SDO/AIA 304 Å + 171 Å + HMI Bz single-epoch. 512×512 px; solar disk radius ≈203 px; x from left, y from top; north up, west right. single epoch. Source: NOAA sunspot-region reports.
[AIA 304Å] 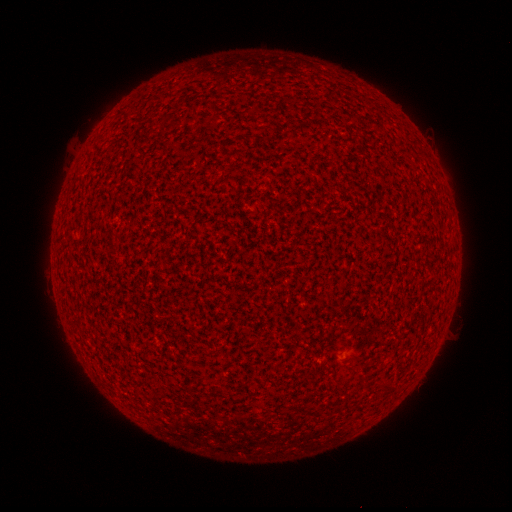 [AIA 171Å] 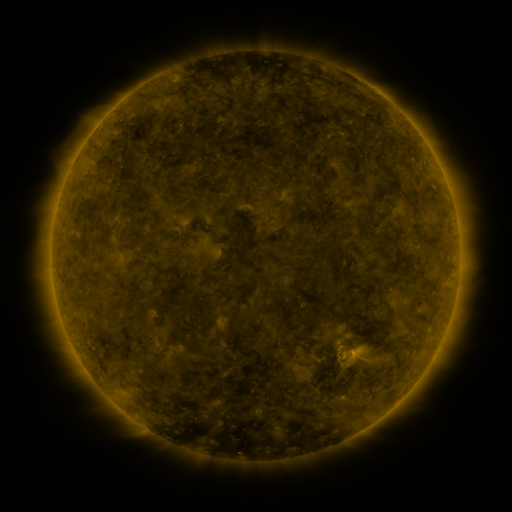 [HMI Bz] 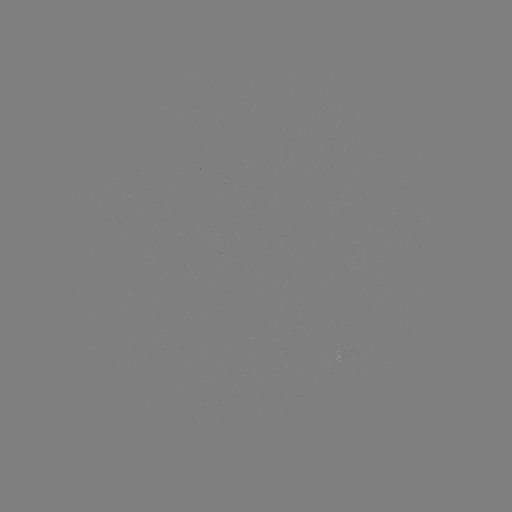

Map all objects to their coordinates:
(none)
